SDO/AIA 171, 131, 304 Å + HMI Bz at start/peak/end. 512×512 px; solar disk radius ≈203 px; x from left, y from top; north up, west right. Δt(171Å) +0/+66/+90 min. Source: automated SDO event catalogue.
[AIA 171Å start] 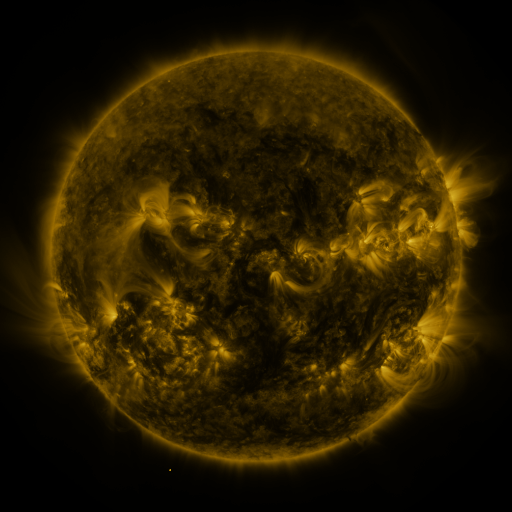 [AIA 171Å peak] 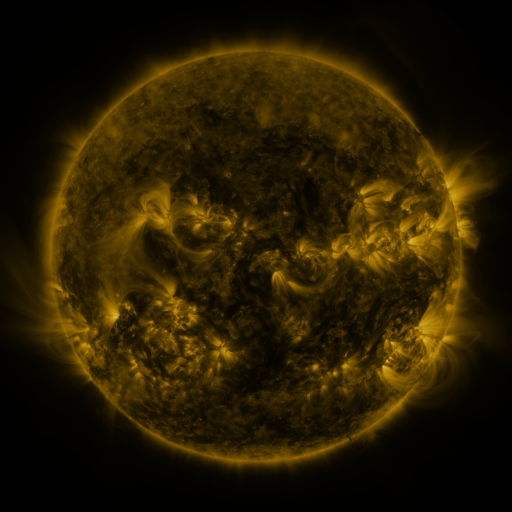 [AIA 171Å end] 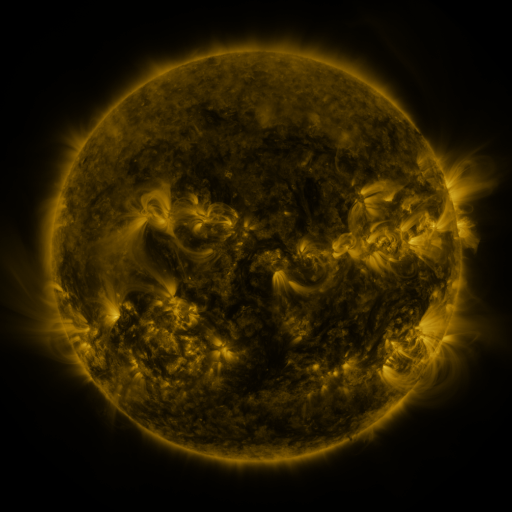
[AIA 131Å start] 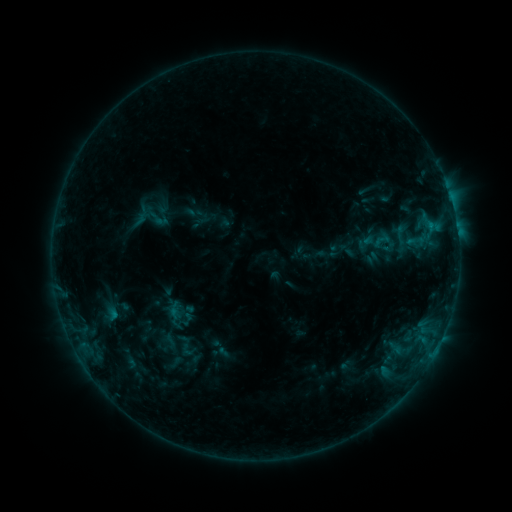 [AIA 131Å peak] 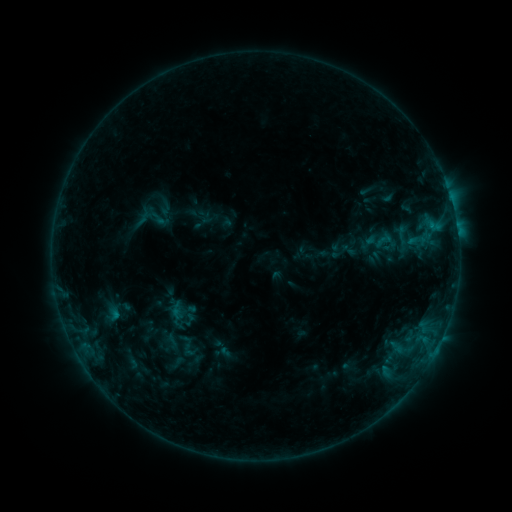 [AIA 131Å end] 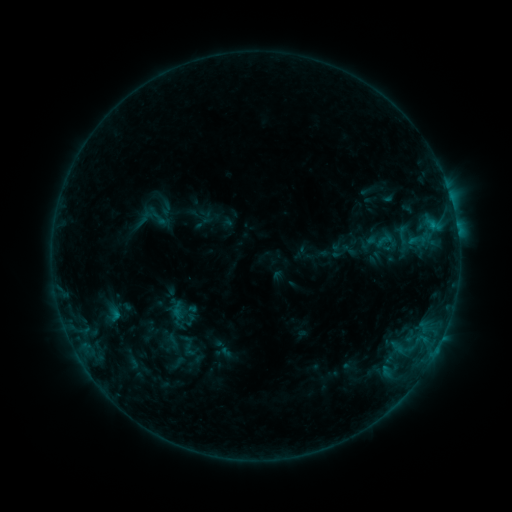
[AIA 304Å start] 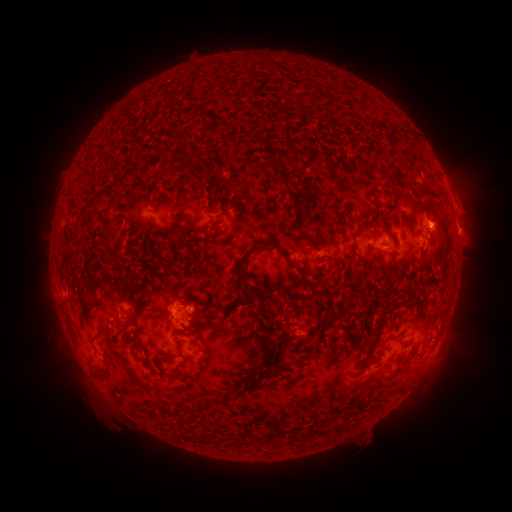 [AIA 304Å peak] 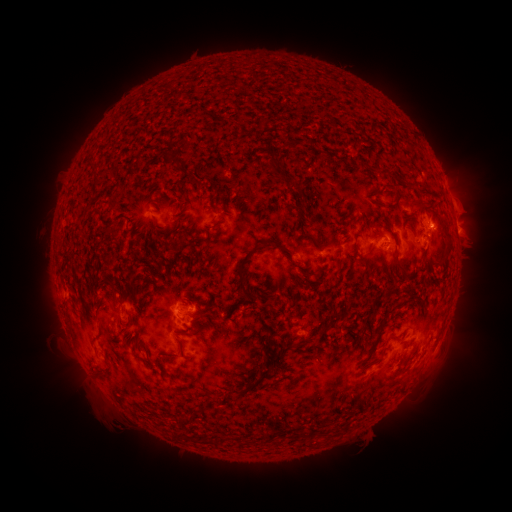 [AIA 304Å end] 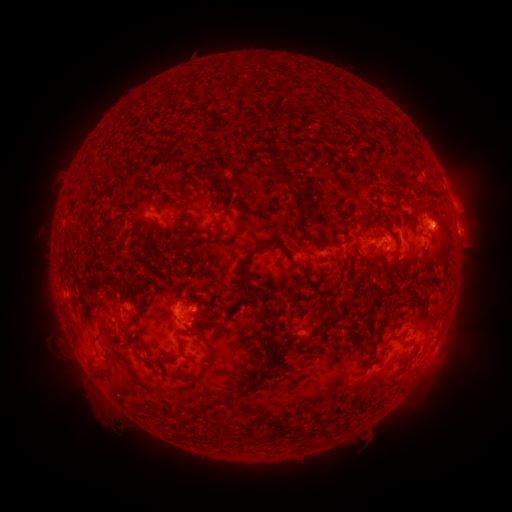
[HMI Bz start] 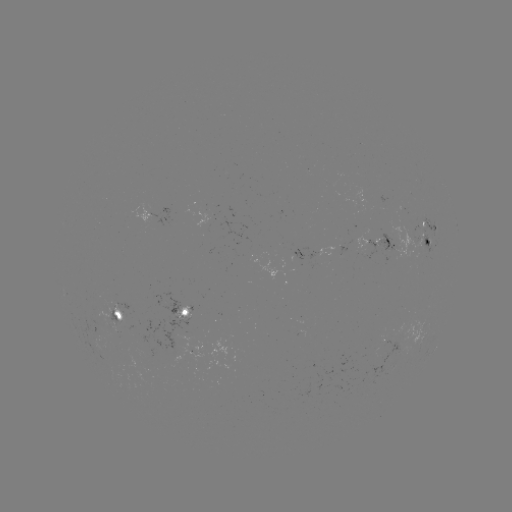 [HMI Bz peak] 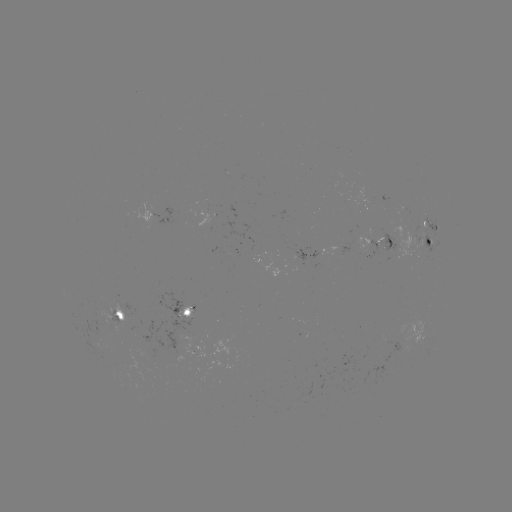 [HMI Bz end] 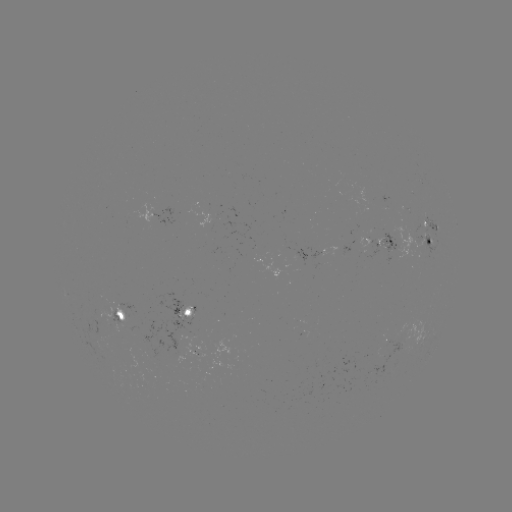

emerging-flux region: (396, 205, 409, 213)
